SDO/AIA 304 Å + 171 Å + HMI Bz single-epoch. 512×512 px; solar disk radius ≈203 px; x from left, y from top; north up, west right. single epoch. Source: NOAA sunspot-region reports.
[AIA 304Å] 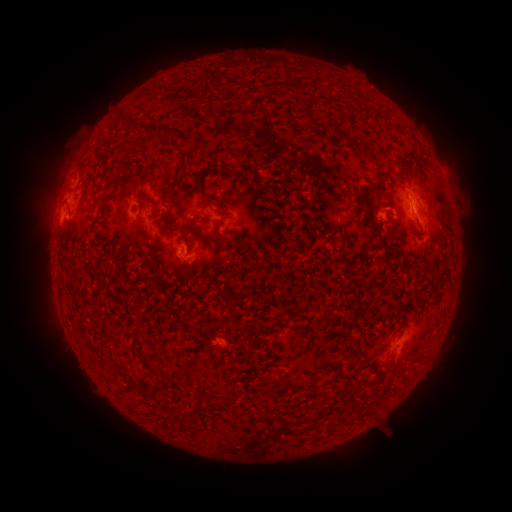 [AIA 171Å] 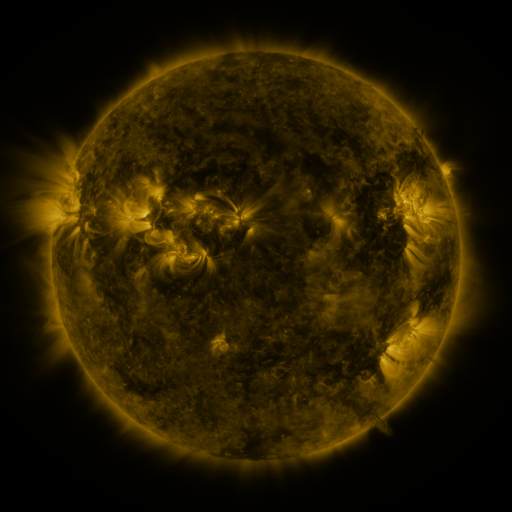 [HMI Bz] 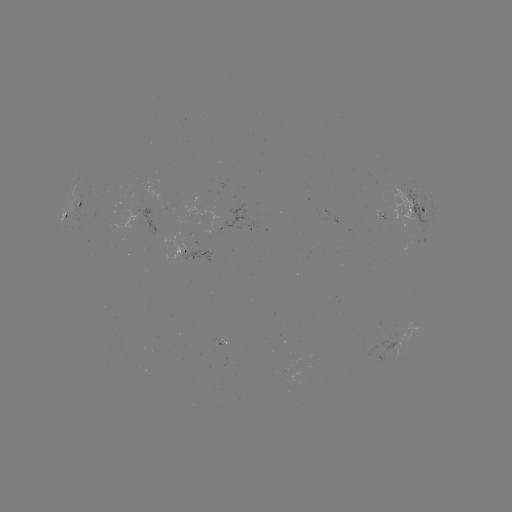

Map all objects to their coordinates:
spotted active region: (83, 208)
spotted active region: (417, 210)
spotted active region: (65, 213)
spotted active region: (382, 218)
spotted active region: (238, 220)
spotted active region: (196, 255)
spotted active region: (399, 343)
